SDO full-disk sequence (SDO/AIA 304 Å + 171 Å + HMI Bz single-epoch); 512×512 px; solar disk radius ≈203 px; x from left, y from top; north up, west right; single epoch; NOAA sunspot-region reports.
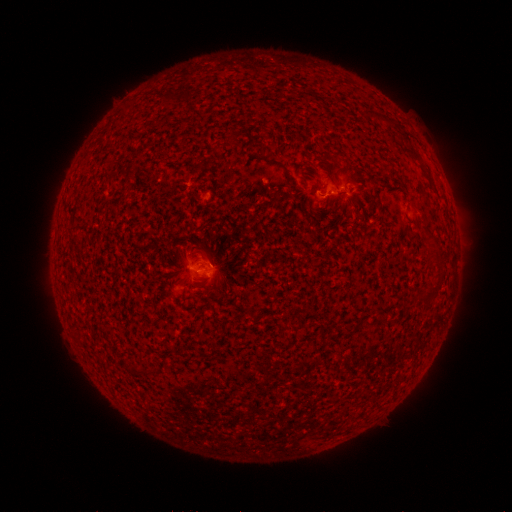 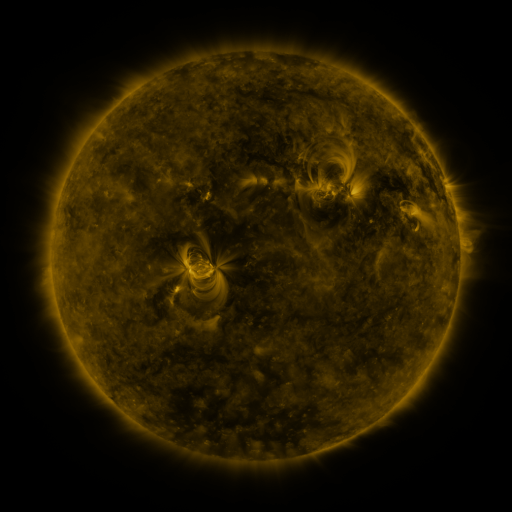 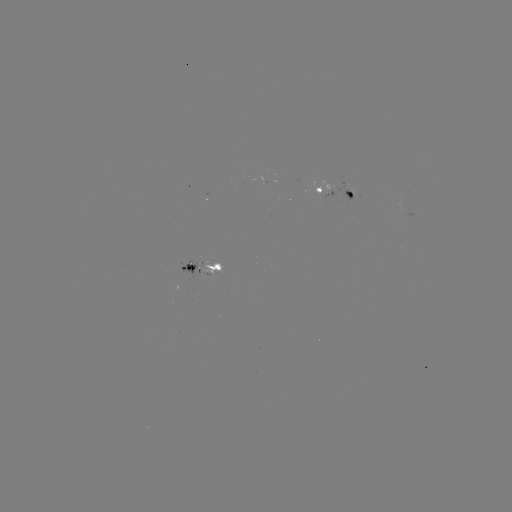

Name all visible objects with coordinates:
spotted active region: (333, 192)
spotted active region: (200, 269)
